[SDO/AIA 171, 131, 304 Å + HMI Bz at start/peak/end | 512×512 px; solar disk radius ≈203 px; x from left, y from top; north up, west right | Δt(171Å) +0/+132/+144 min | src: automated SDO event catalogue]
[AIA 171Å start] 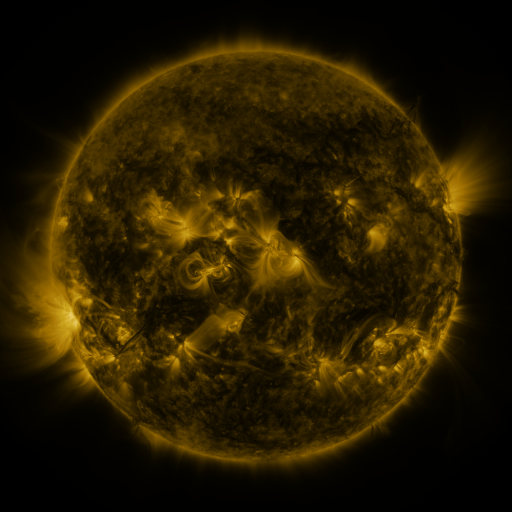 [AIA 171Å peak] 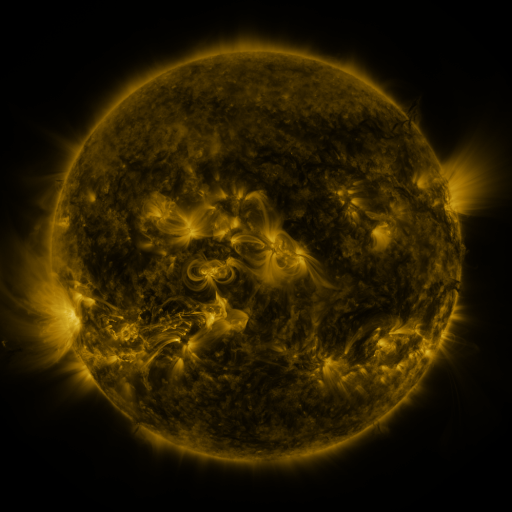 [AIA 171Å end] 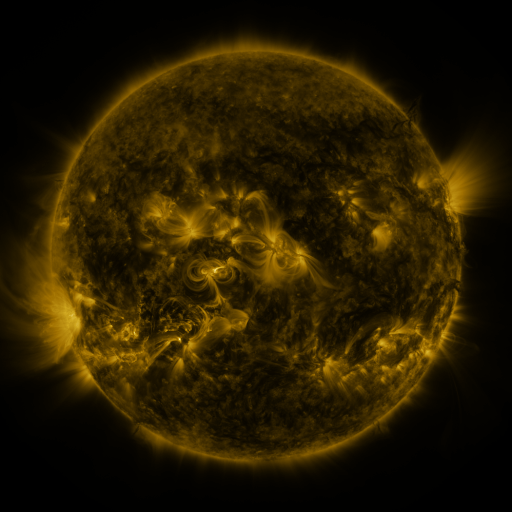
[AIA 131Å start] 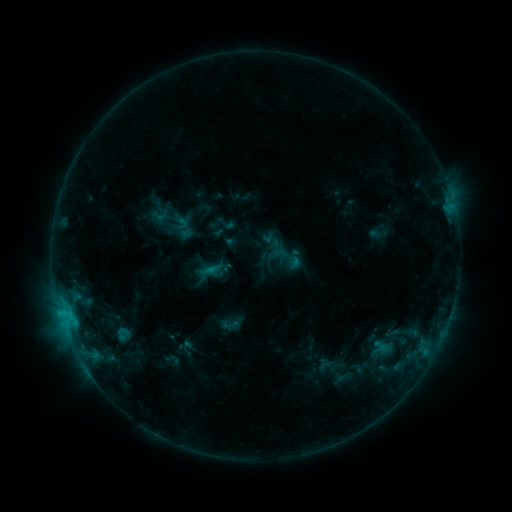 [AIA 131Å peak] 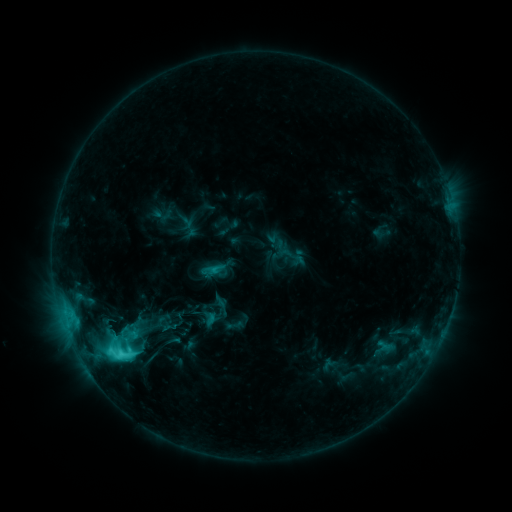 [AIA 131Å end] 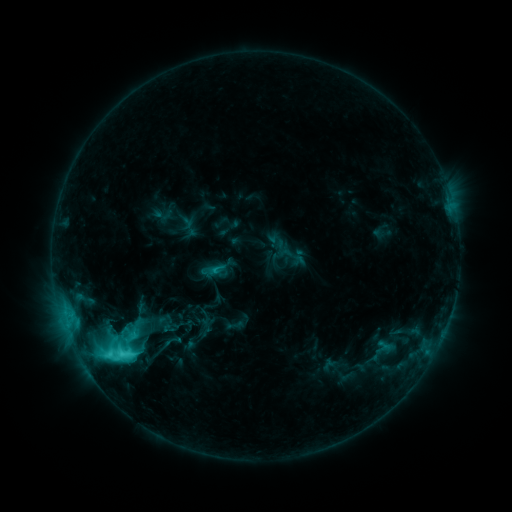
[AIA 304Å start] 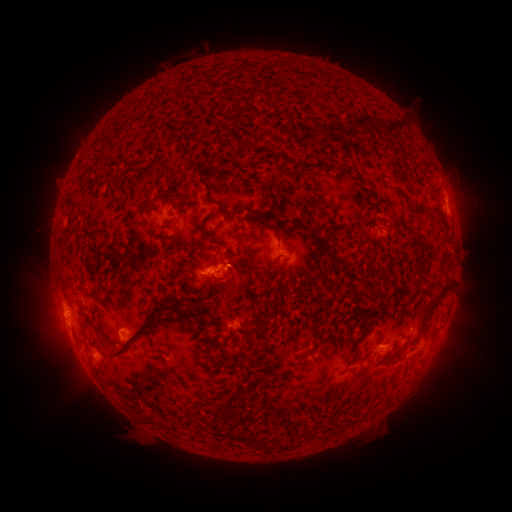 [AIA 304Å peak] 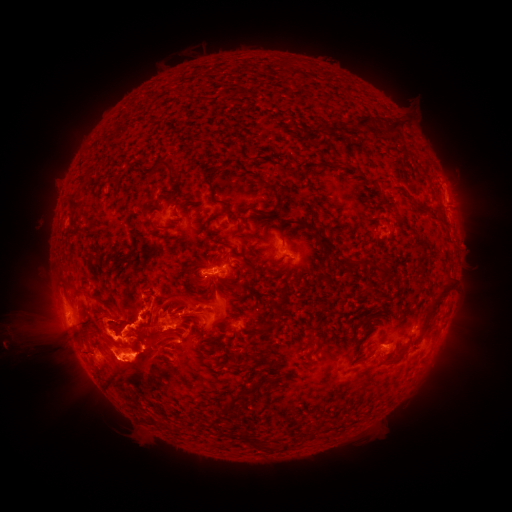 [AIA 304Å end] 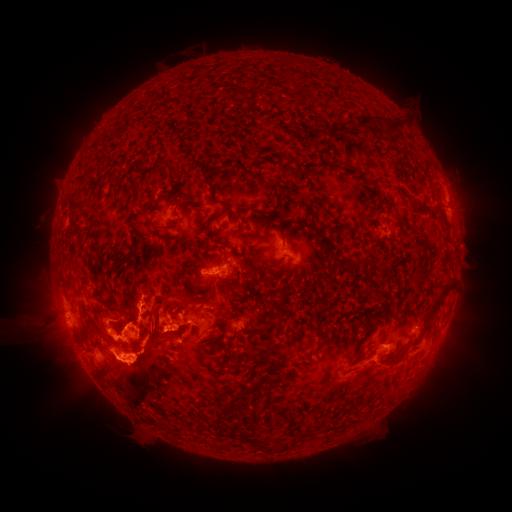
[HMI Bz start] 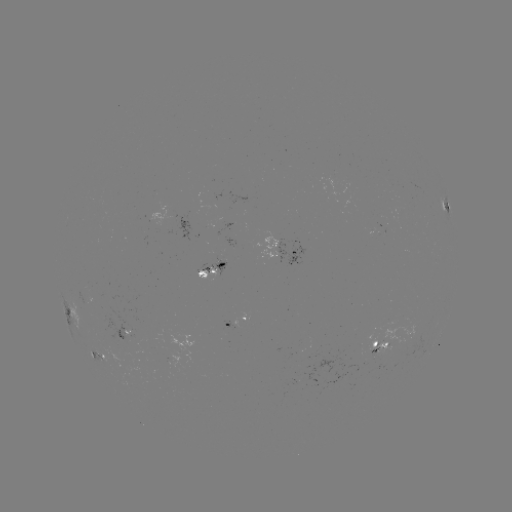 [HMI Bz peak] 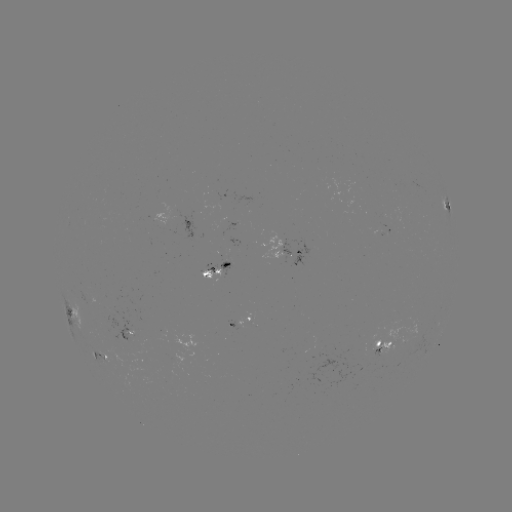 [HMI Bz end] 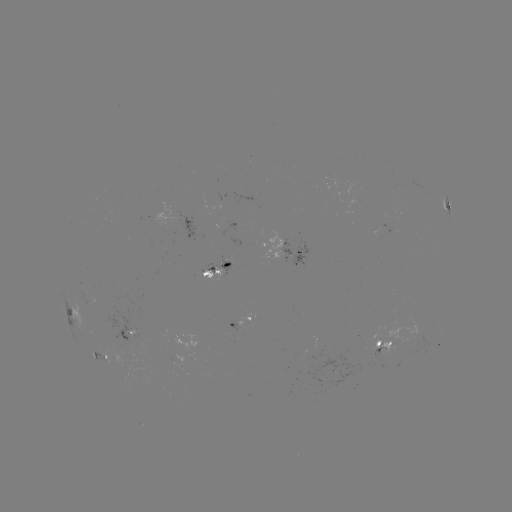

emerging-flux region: [236, 312, 251, 328]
